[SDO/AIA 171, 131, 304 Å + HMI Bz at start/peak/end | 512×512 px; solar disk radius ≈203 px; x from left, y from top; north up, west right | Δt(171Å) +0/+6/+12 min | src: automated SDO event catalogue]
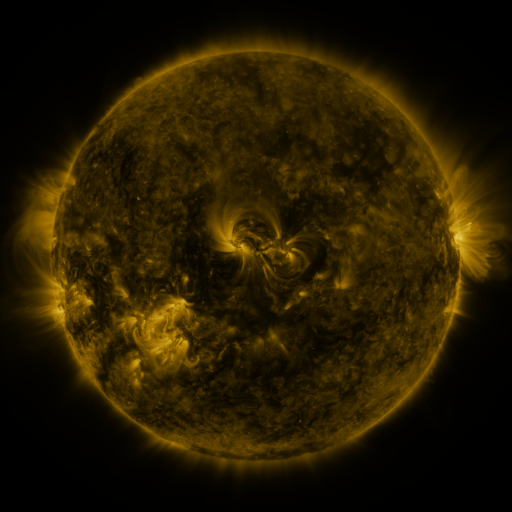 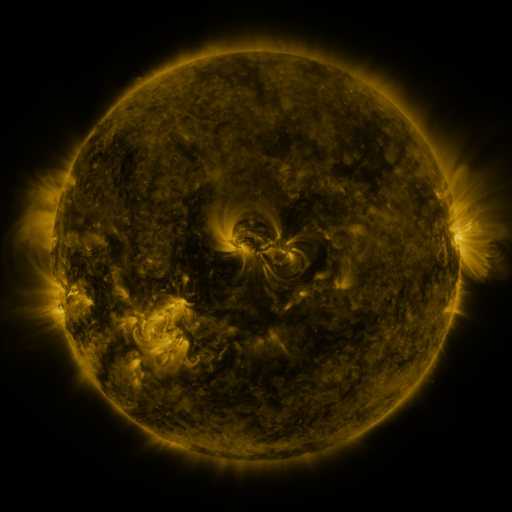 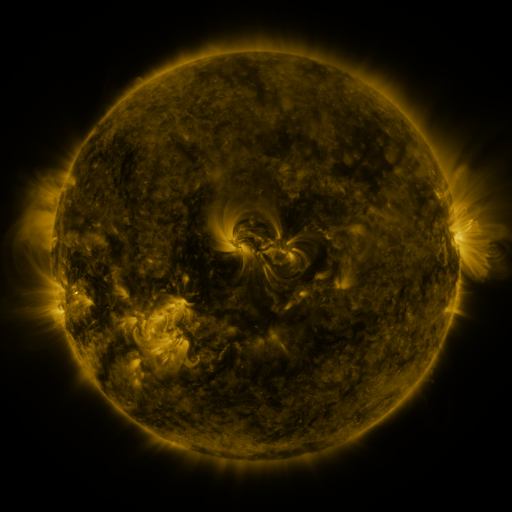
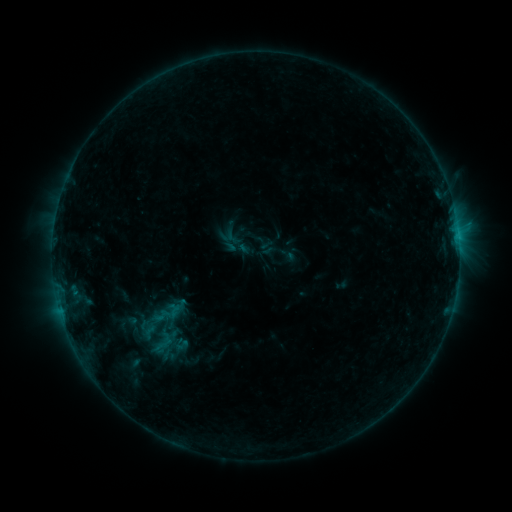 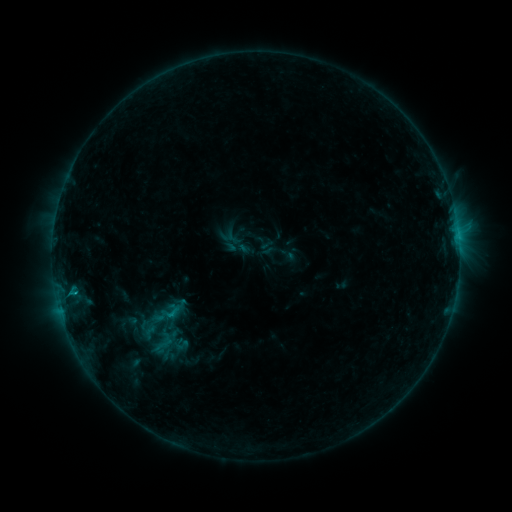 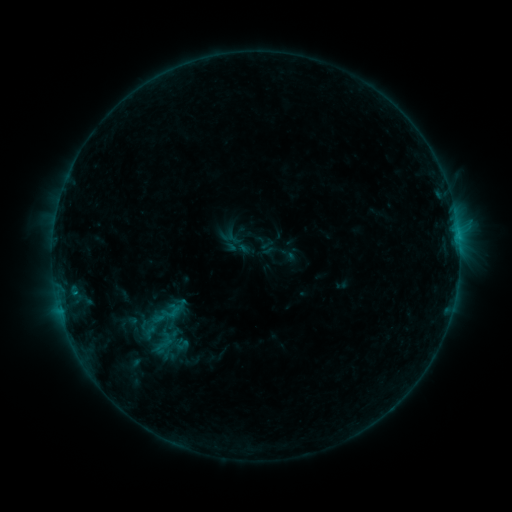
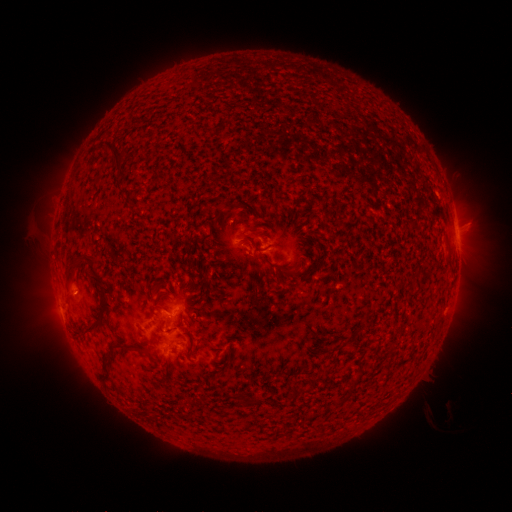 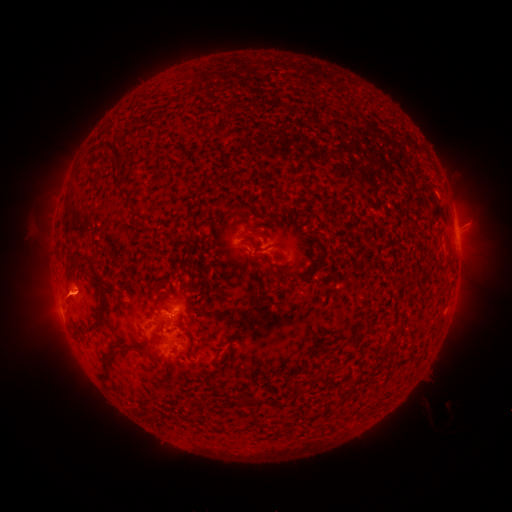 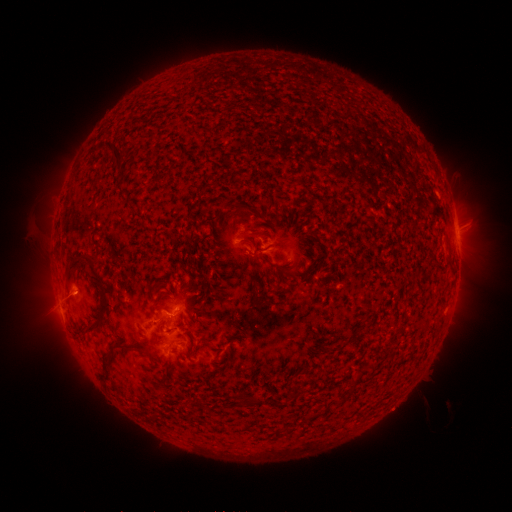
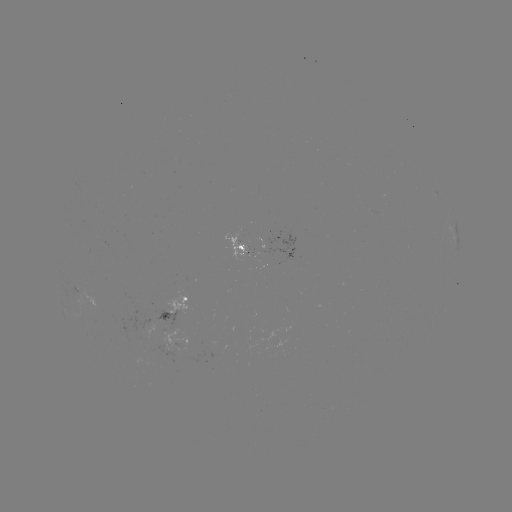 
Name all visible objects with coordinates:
B6.0 flare: (172, 312)
